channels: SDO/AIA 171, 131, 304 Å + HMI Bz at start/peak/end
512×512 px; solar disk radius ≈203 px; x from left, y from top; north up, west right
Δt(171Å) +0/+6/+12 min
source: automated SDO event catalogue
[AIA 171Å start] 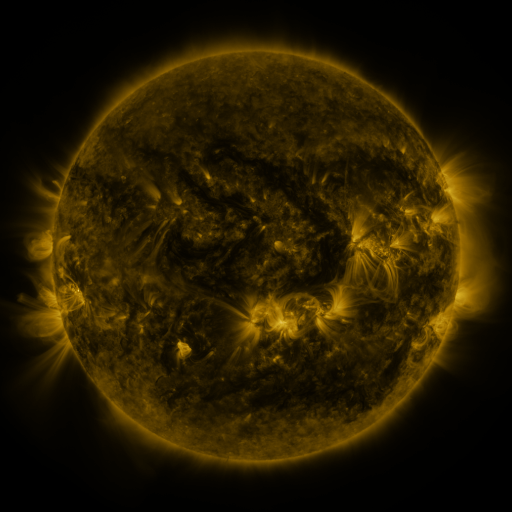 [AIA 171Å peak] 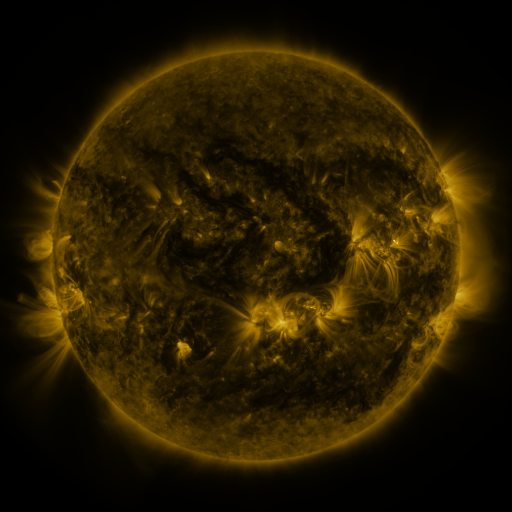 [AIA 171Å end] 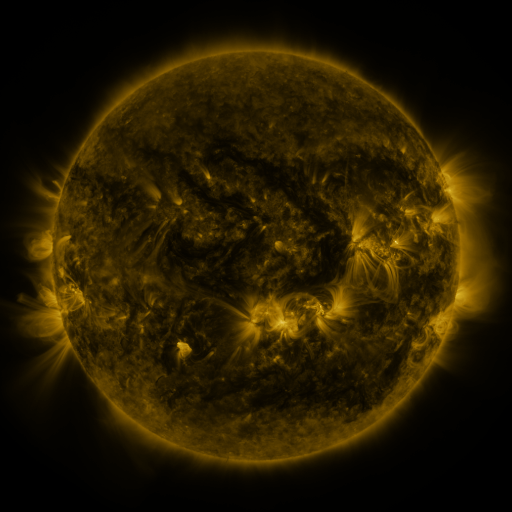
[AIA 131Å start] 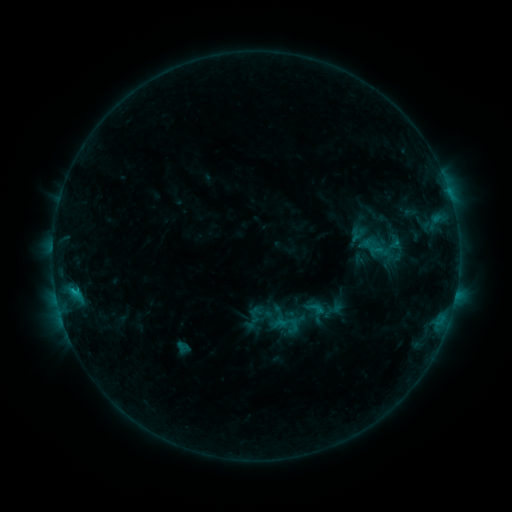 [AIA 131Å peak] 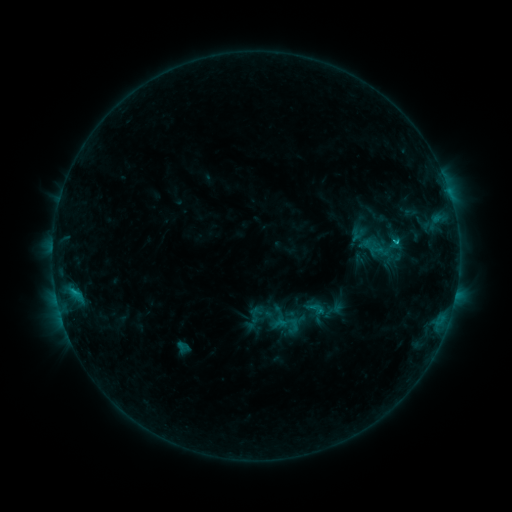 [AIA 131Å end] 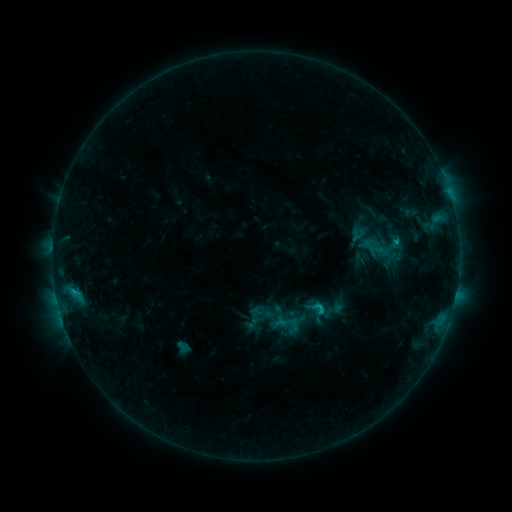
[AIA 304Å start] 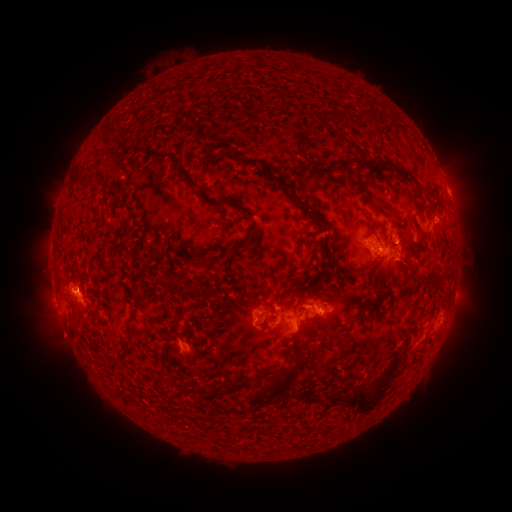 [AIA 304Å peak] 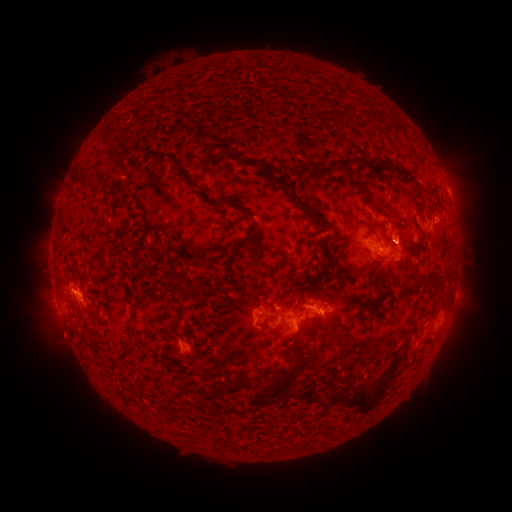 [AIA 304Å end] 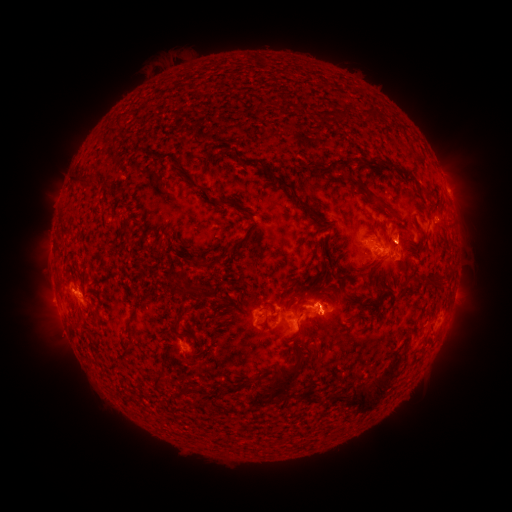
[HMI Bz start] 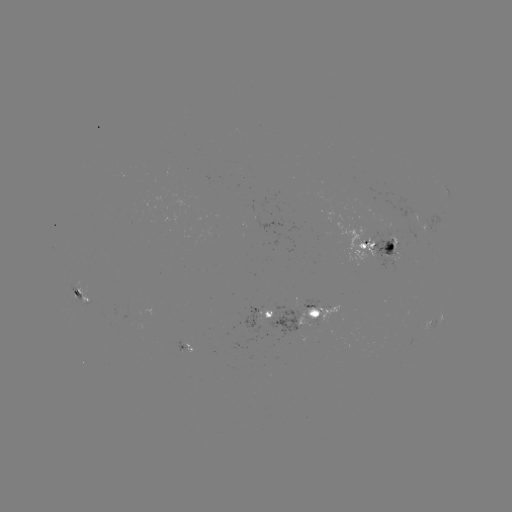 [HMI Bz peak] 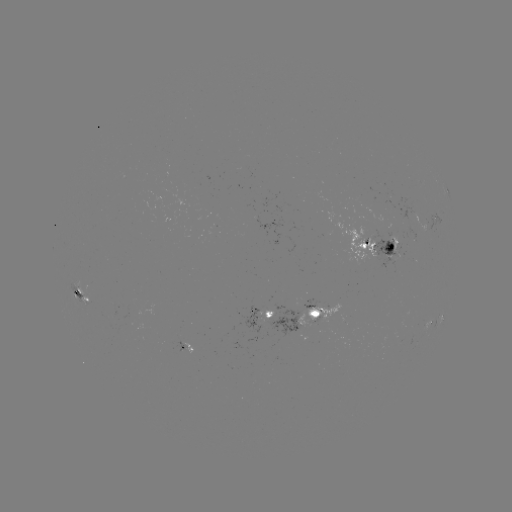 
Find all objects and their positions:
C1.7 flare: (394, 244)
